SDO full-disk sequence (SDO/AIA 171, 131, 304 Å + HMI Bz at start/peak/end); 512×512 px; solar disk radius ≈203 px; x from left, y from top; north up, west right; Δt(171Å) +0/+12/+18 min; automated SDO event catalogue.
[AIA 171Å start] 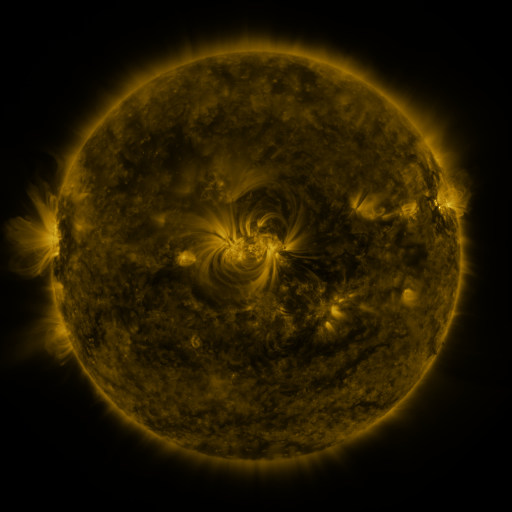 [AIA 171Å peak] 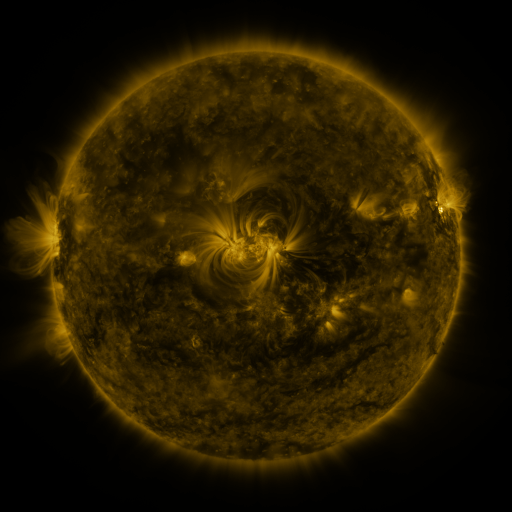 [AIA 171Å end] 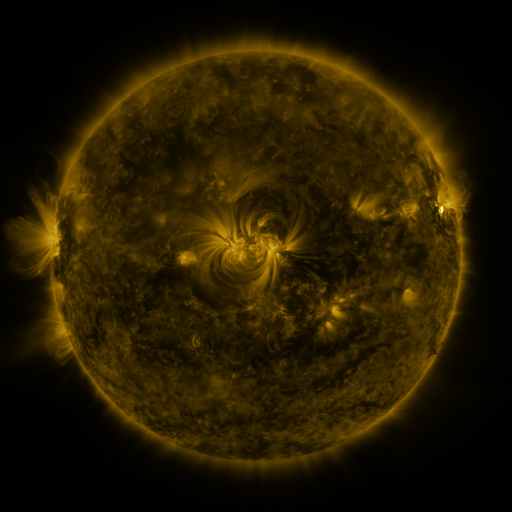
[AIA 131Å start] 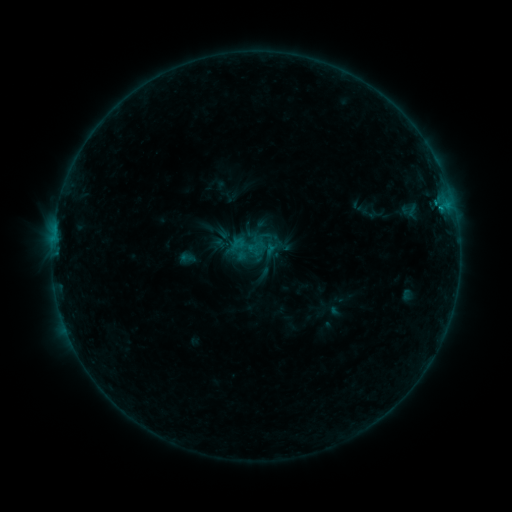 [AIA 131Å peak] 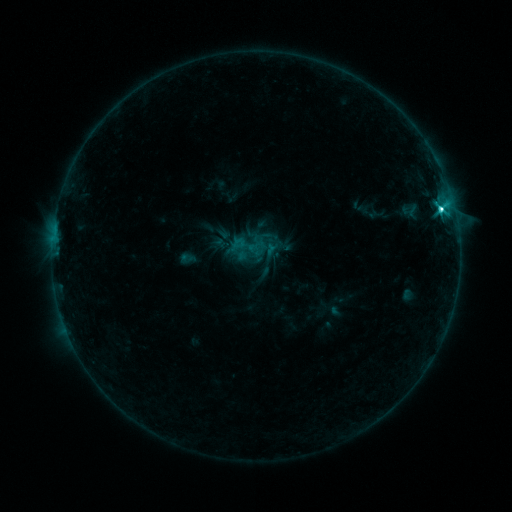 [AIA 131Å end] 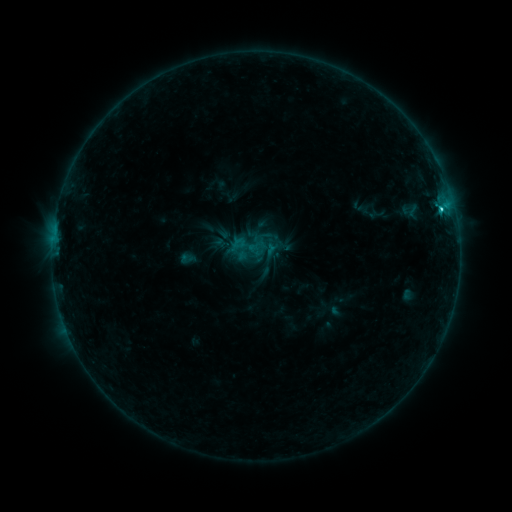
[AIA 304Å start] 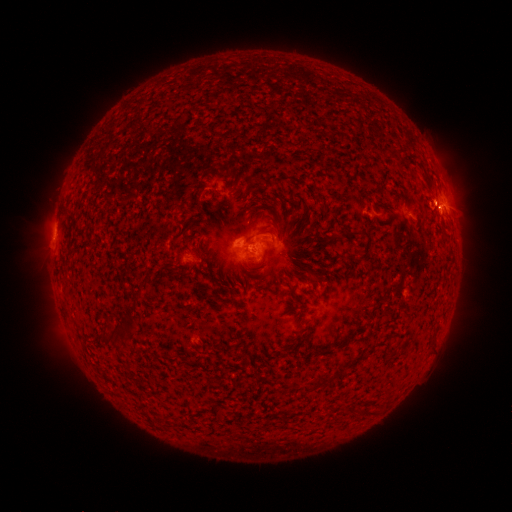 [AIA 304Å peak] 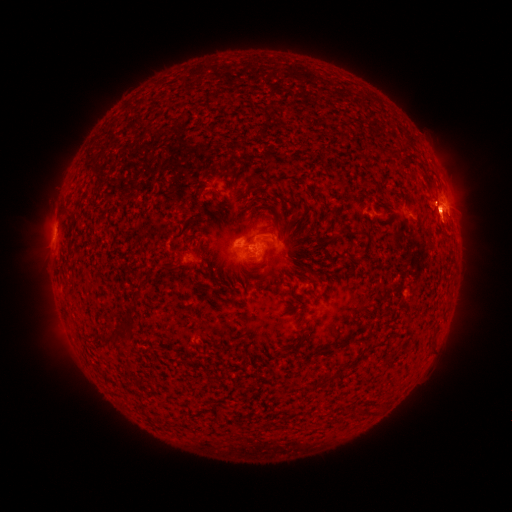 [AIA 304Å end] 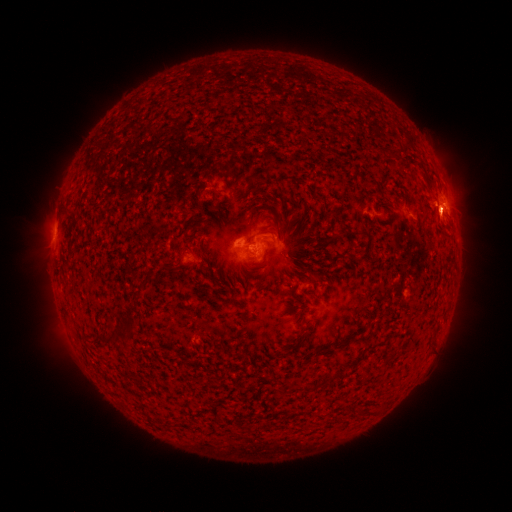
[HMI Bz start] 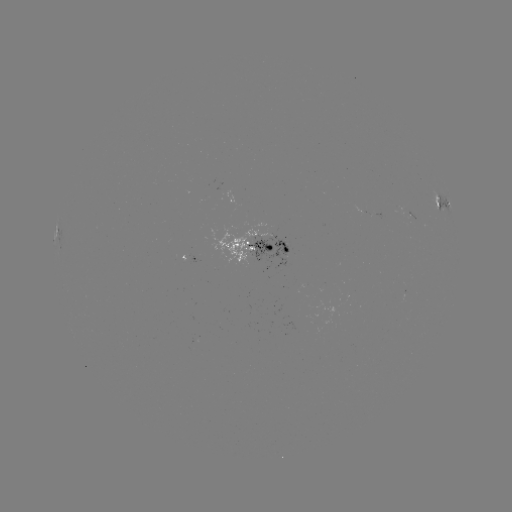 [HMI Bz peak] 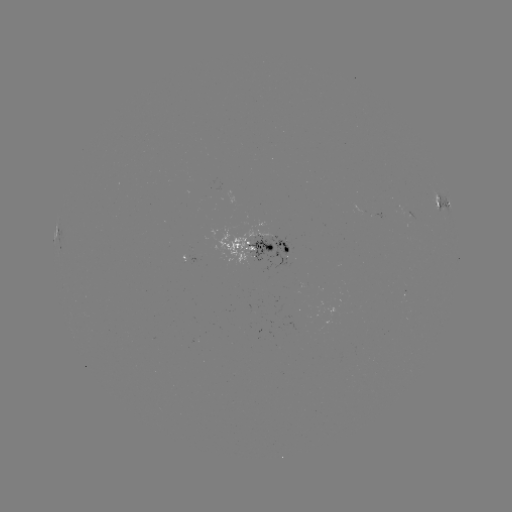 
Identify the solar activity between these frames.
C4.6 flare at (441, 211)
